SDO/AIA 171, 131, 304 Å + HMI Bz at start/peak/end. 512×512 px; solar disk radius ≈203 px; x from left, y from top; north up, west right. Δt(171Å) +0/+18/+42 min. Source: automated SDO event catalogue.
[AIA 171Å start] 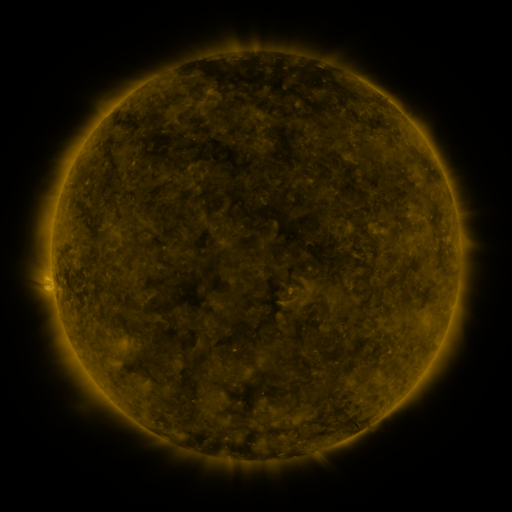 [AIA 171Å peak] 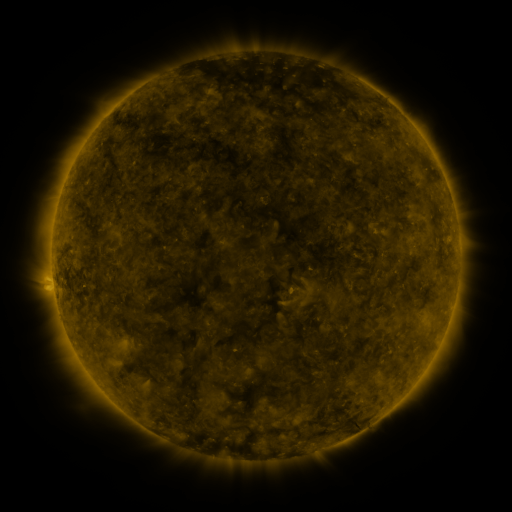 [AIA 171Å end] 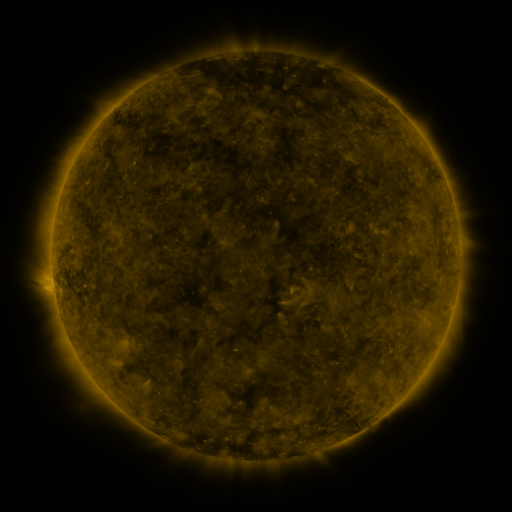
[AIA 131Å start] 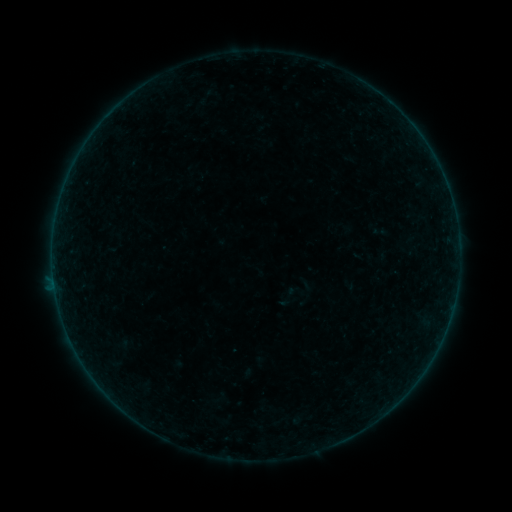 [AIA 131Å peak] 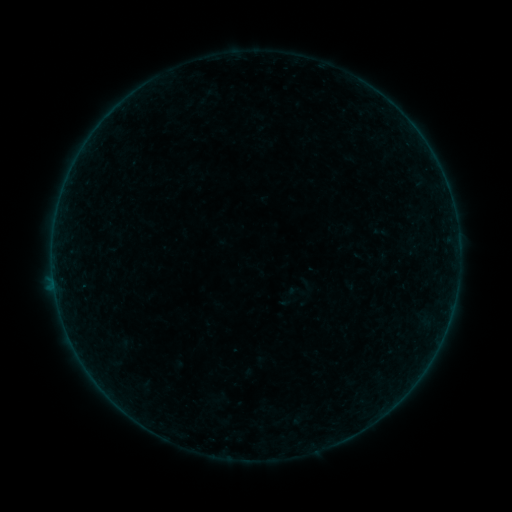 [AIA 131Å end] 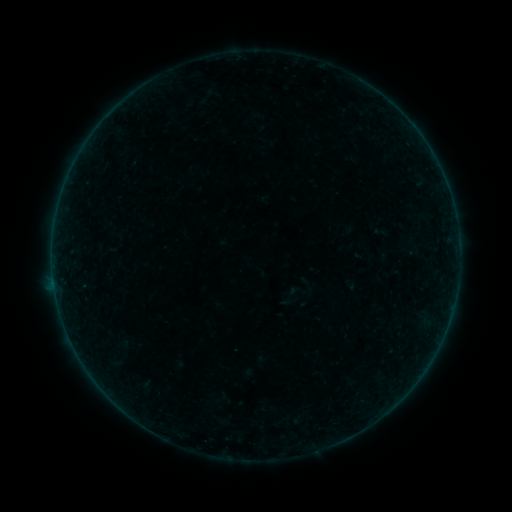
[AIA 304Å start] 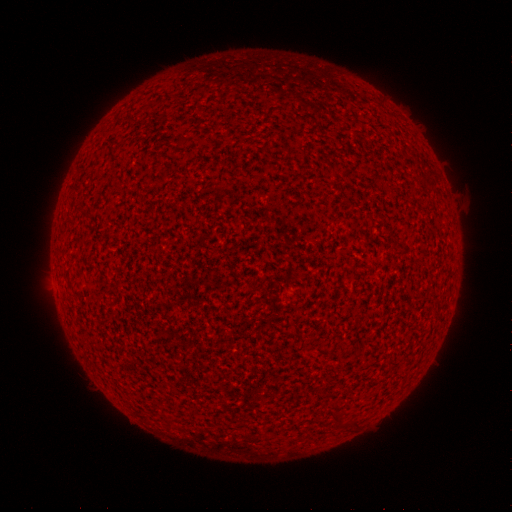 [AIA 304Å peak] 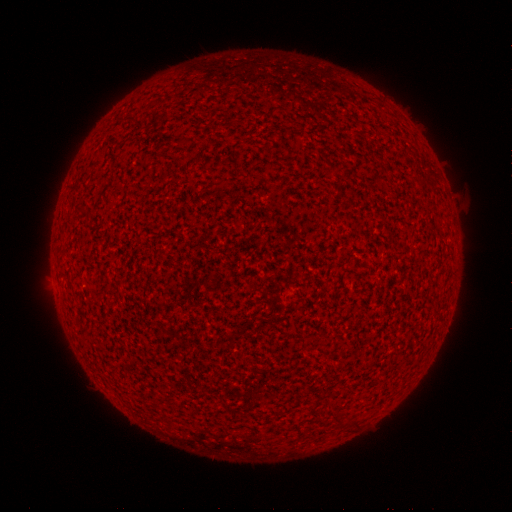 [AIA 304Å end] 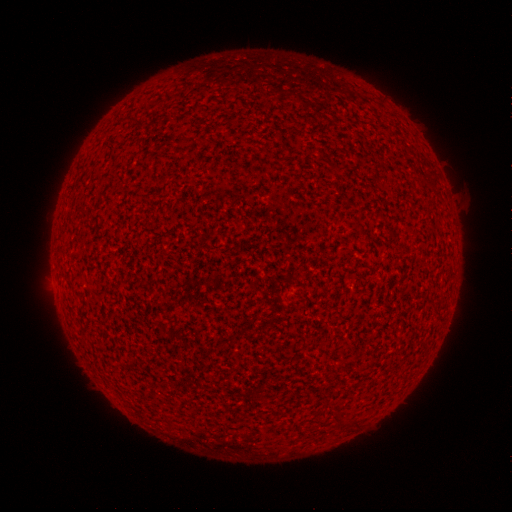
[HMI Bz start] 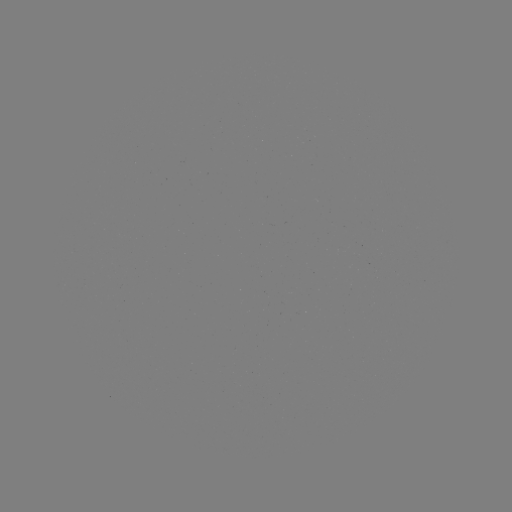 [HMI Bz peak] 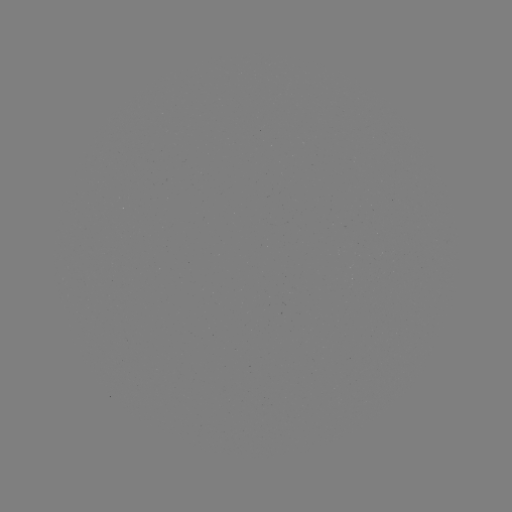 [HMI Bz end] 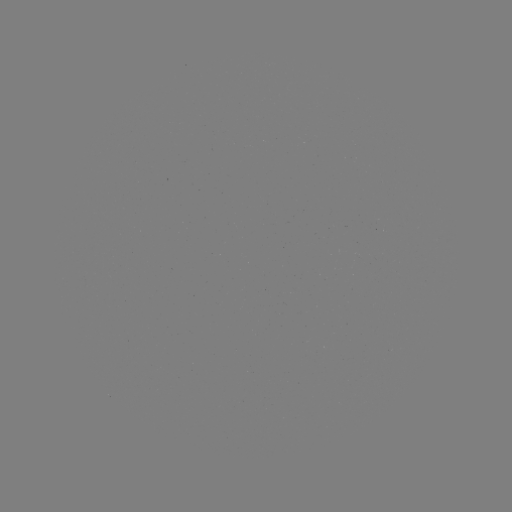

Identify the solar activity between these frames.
no flare in any classed list; no EUV-trigger detection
